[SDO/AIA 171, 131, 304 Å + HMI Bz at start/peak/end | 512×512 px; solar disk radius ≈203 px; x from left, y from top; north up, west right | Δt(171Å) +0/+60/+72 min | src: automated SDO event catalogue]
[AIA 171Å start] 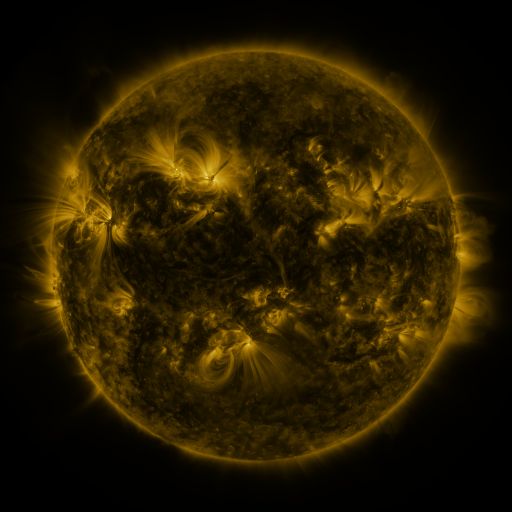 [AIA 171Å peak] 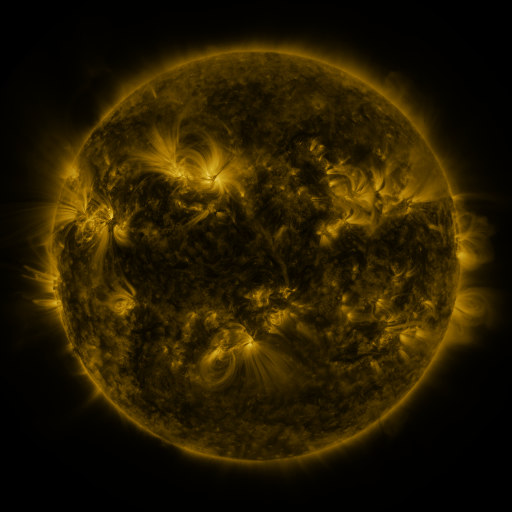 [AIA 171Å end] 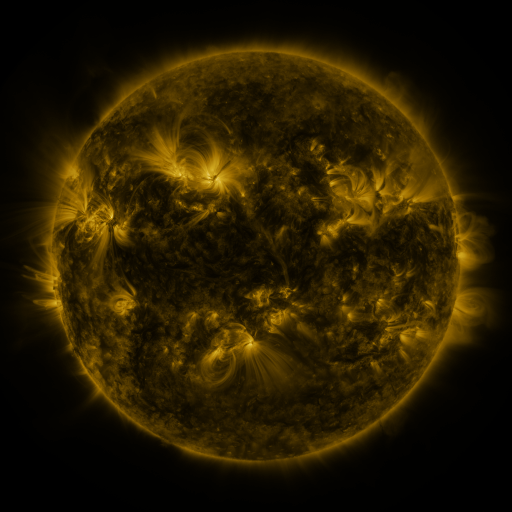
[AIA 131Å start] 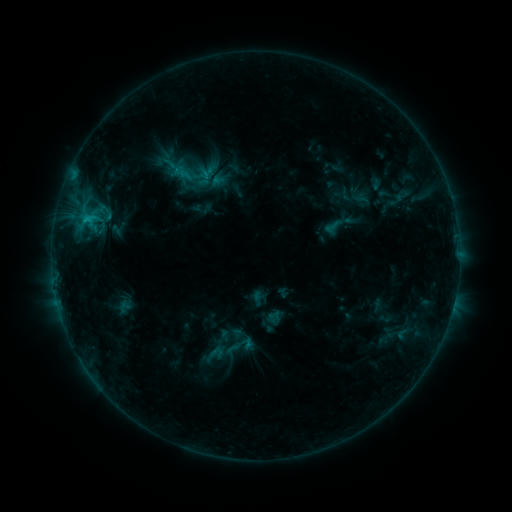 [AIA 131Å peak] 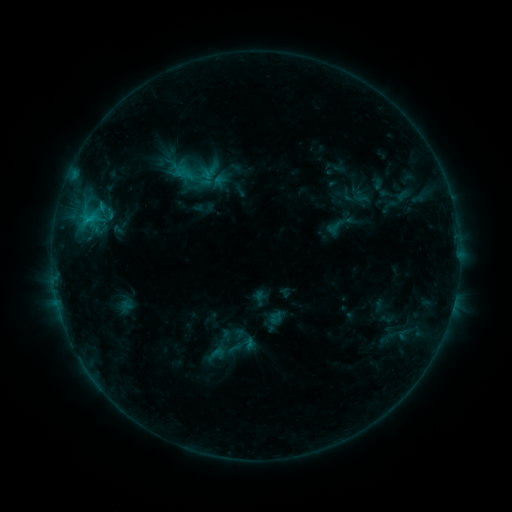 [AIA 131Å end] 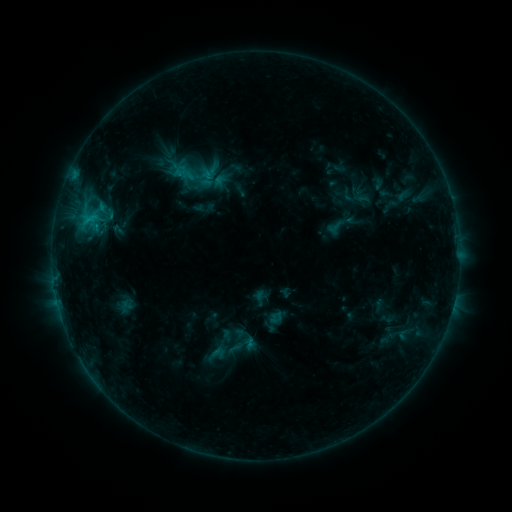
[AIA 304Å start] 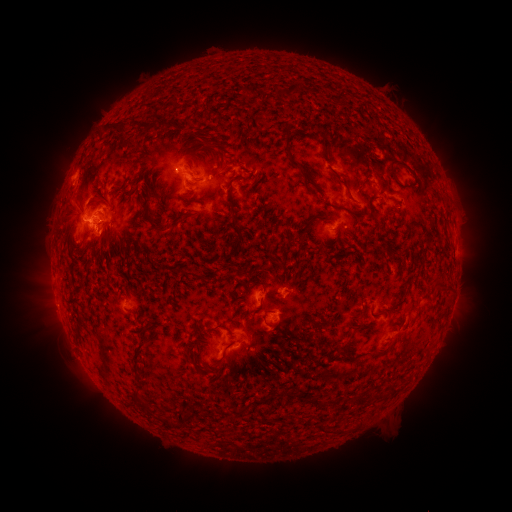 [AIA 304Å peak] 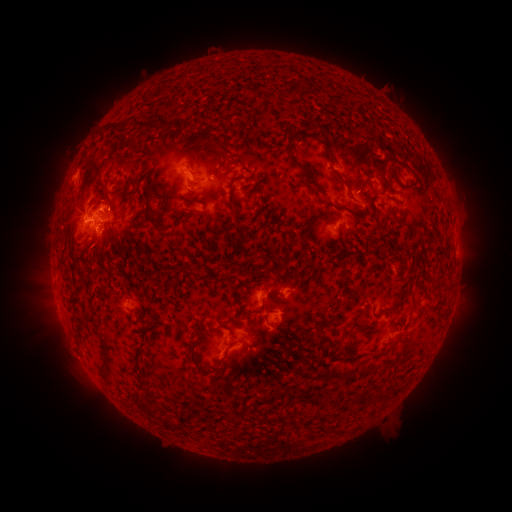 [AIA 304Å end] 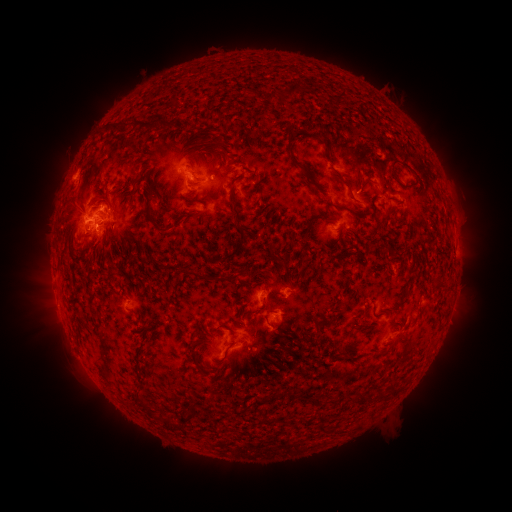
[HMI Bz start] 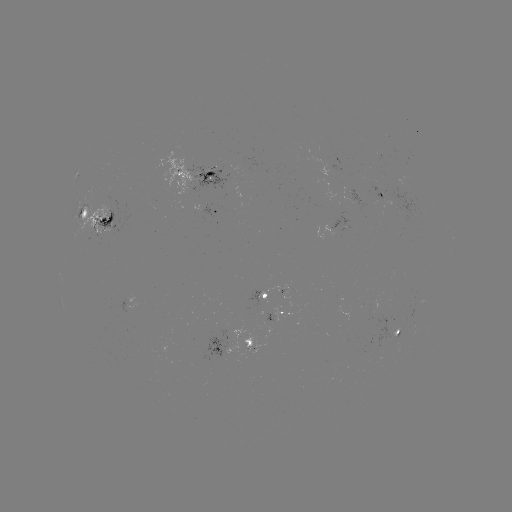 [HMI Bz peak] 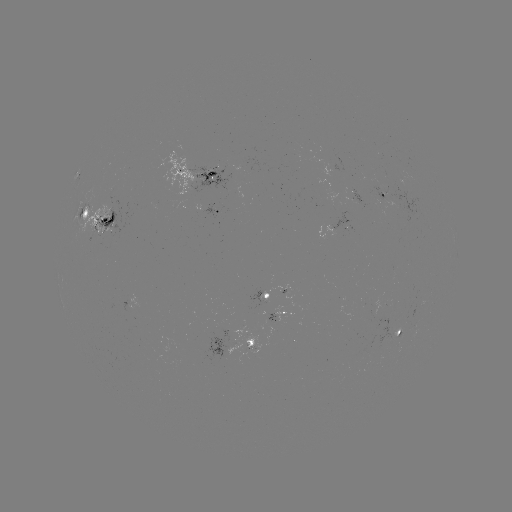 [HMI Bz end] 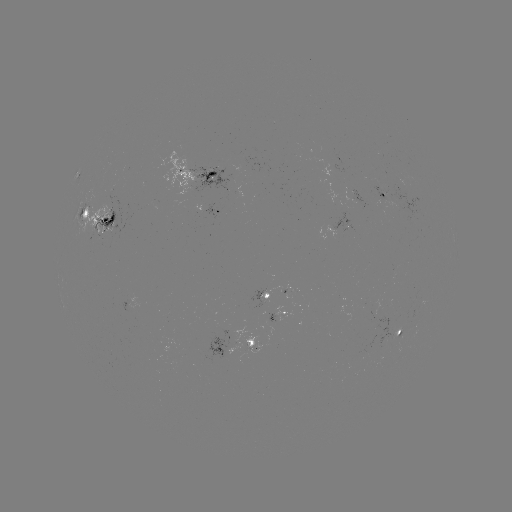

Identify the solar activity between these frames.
emerging-flux region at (395, 334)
